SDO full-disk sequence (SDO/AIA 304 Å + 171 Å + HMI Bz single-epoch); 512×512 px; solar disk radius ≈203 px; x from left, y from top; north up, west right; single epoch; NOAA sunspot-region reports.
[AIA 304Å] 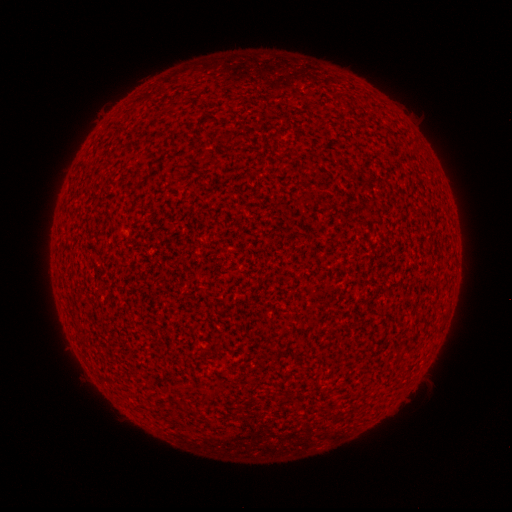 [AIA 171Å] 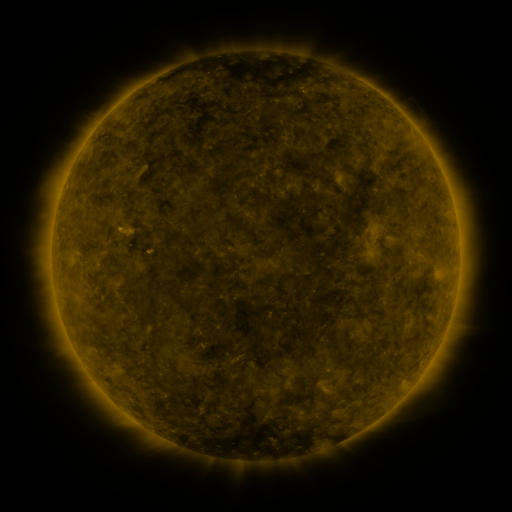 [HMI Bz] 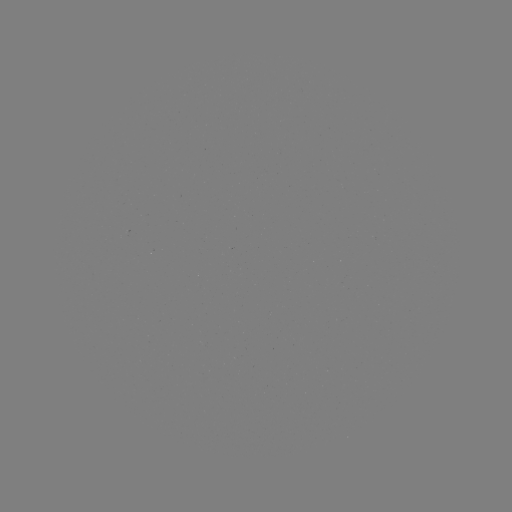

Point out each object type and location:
(none)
